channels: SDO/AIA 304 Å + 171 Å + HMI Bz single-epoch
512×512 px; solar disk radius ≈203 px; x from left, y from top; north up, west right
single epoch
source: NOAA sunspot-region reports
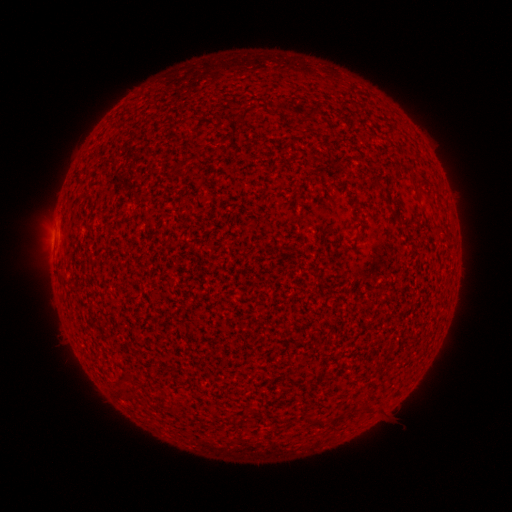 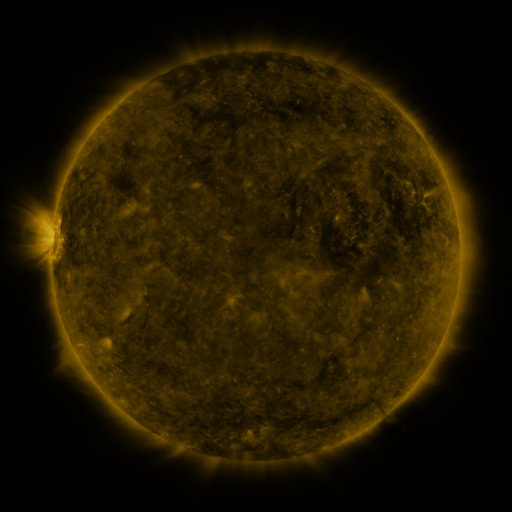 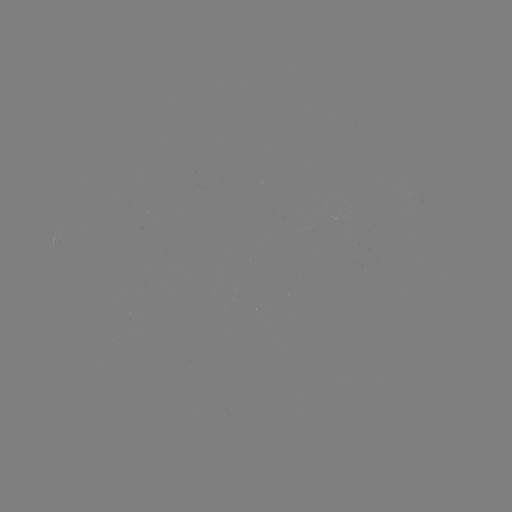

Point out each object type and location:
(none)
